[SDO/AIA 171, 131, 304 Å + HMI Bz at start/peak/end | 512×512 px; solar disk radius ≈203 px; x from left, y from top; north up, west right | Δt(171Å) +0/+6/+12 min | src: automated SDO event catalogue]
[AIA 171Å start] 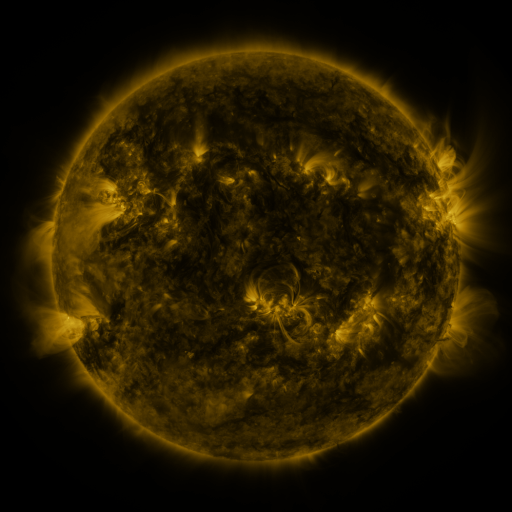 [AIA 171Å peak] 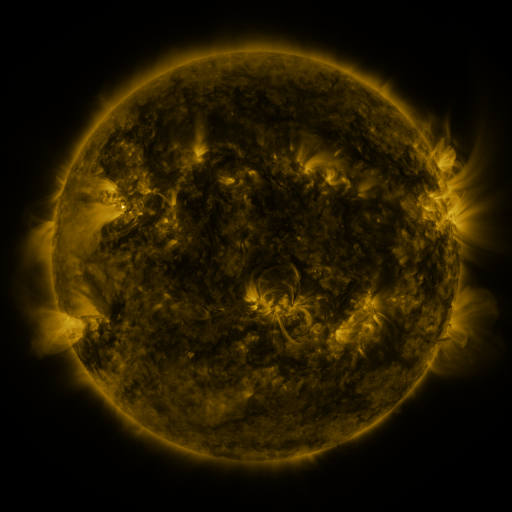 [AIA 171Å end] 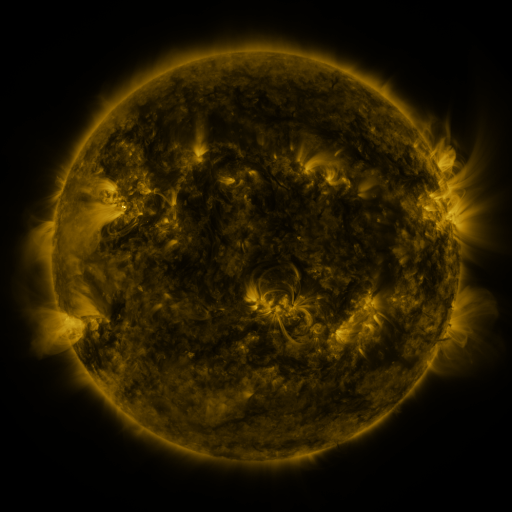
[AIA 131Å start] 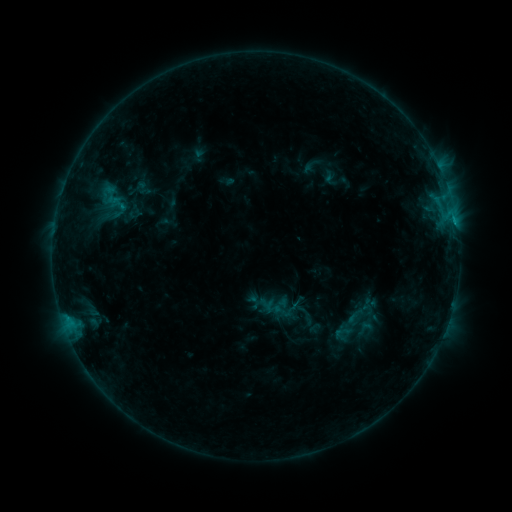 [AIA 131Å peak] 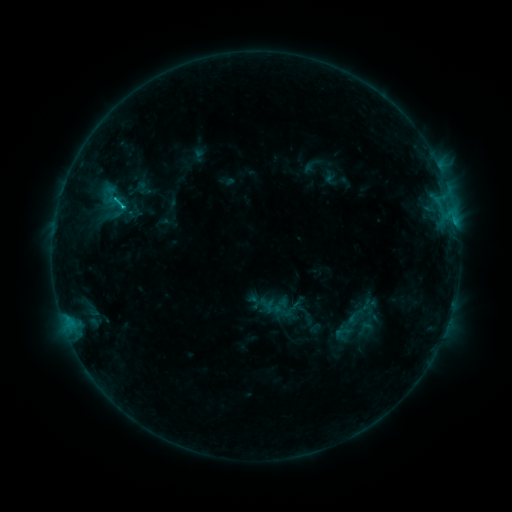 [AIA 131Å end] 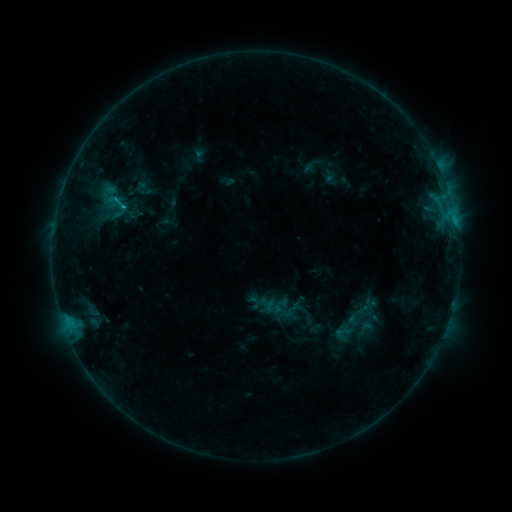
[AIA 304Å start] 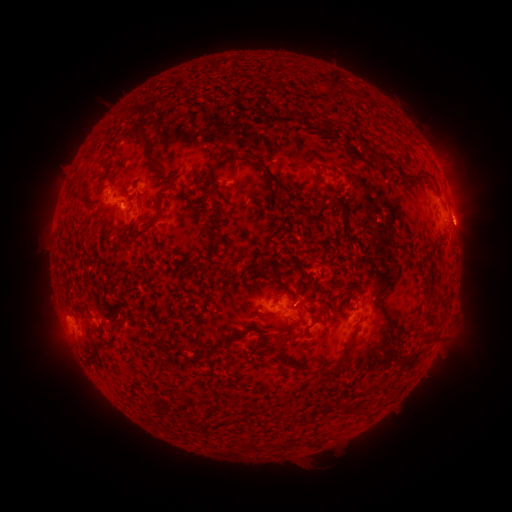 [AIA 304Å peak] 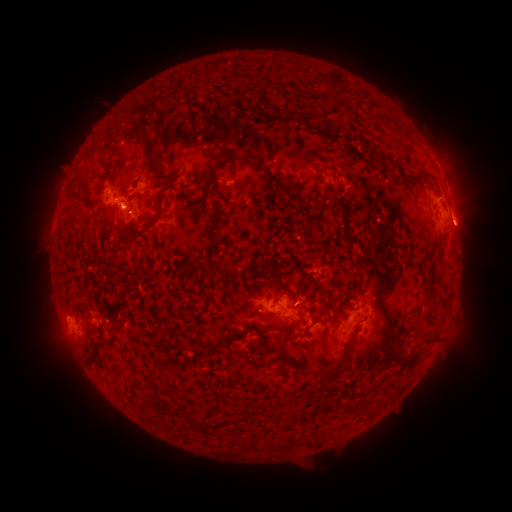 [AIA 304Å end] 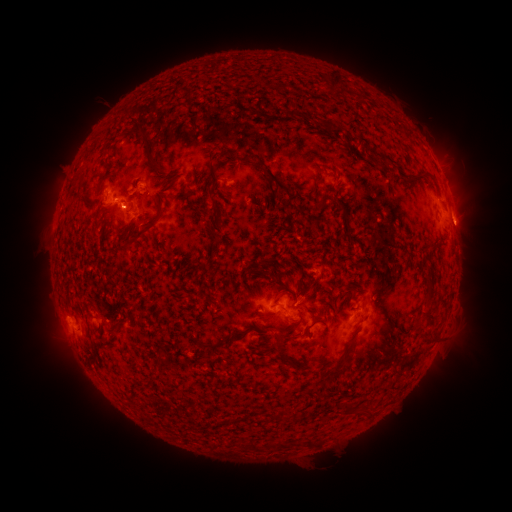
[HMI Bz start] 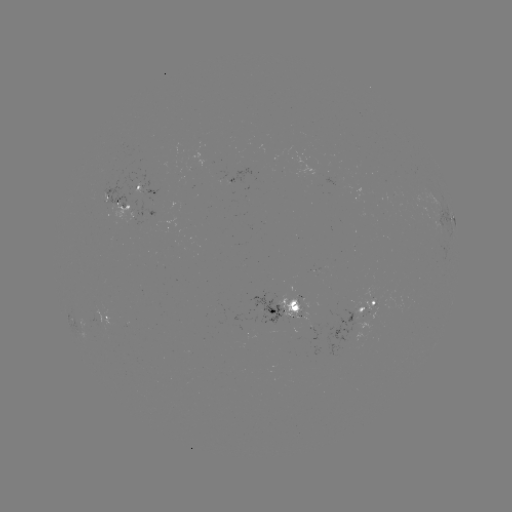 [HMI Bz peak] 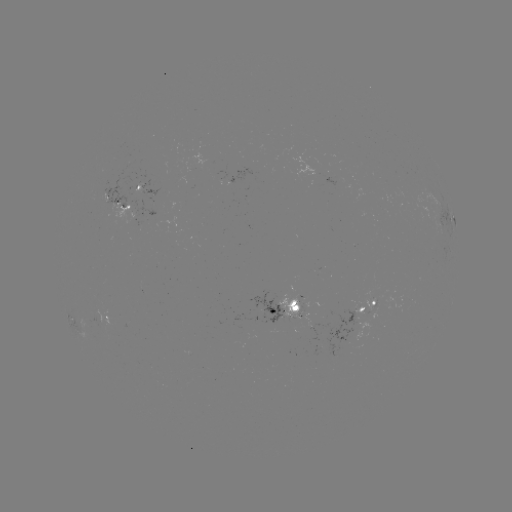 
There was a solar flare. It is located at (124, 207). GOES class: C1.0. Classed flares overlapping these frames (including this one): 1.